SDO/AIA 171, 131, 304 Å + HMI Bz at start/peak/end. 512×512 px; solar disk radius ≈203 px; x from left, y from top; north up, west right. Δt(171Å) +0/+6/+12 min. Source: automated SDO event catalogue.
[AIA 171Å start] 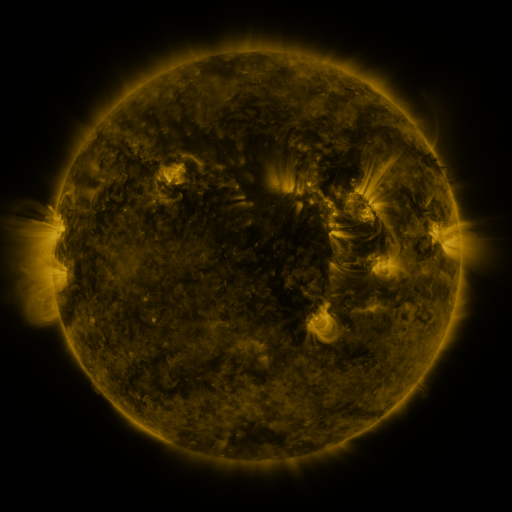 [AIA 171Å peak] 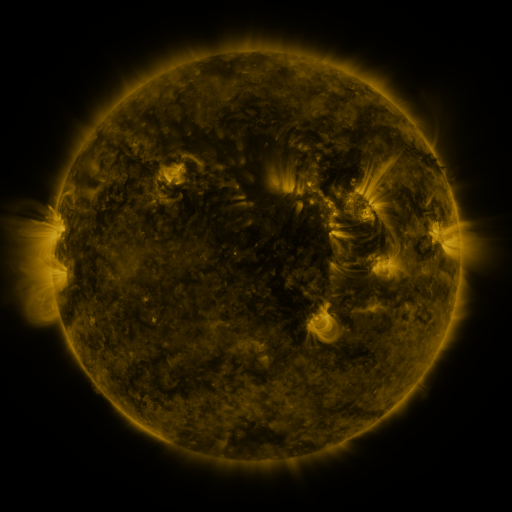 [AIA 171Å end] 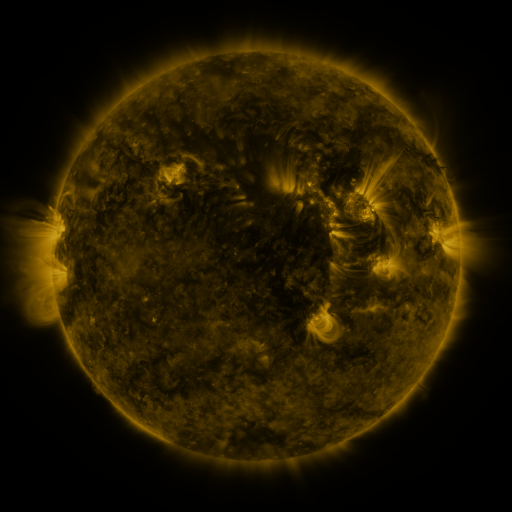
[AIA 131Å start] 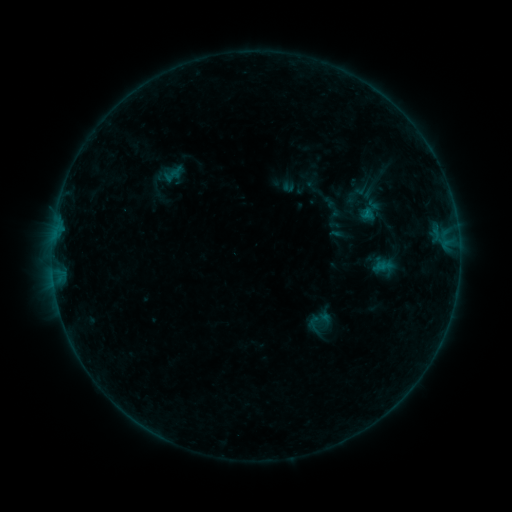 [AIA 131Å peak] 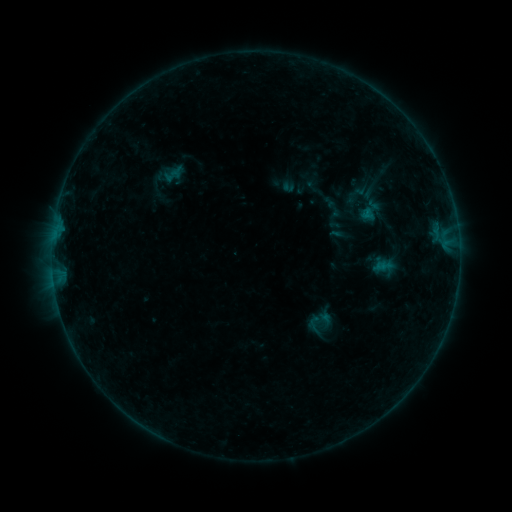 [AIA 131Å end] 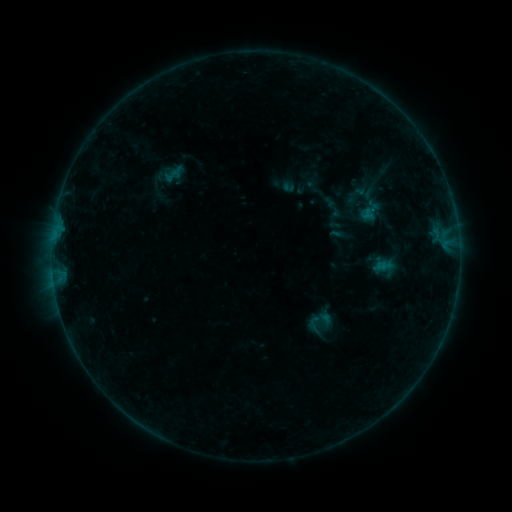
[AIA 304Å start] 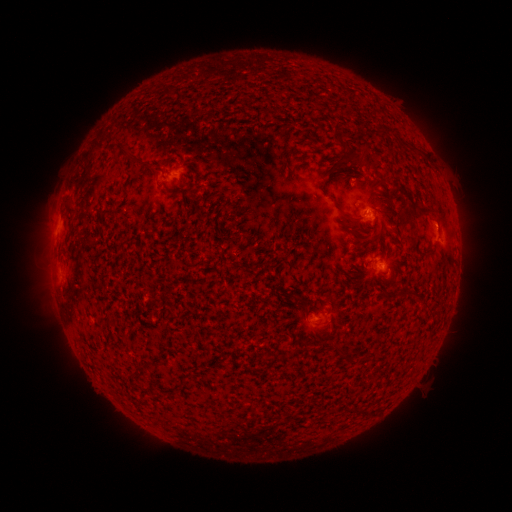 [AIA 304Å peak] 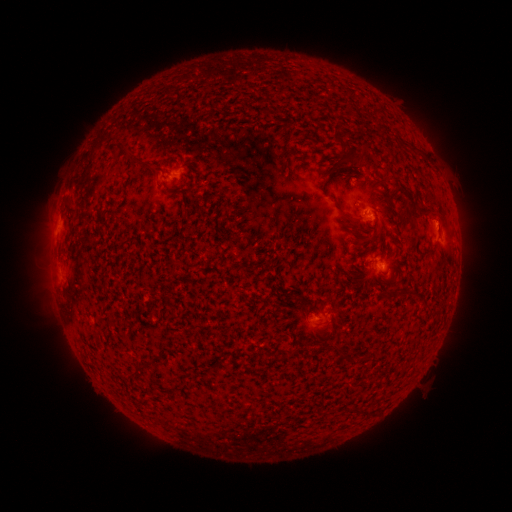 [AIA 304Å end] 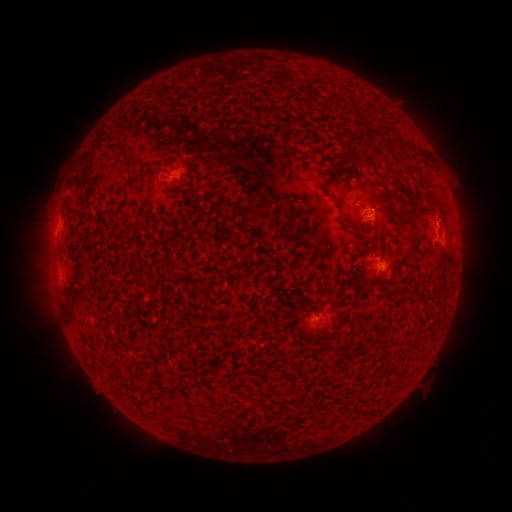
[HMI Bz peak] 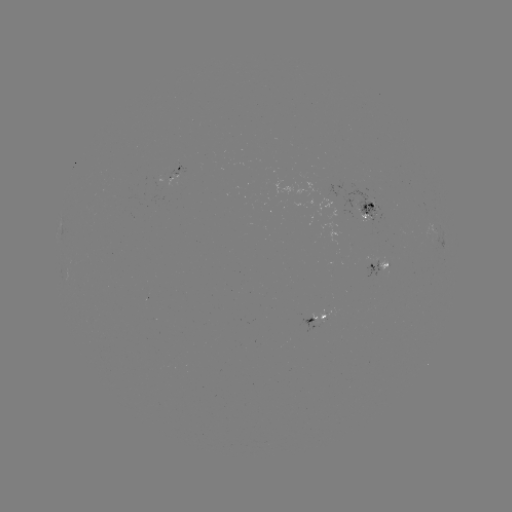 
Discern eruption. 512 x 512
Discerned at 439,220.